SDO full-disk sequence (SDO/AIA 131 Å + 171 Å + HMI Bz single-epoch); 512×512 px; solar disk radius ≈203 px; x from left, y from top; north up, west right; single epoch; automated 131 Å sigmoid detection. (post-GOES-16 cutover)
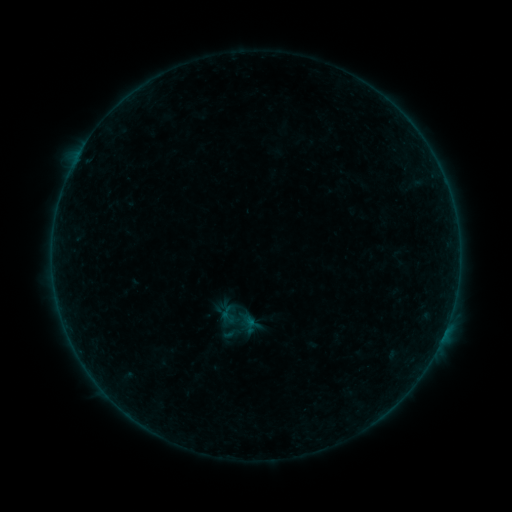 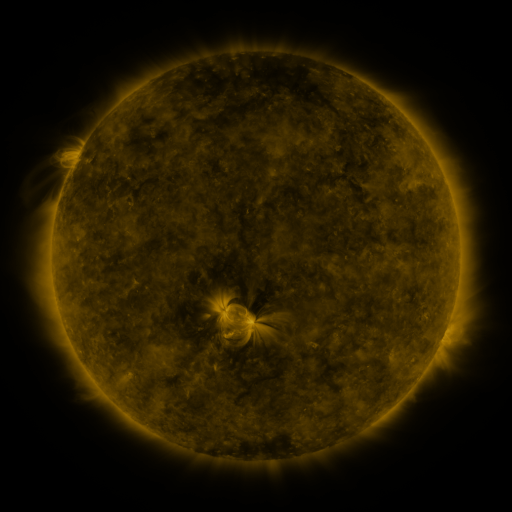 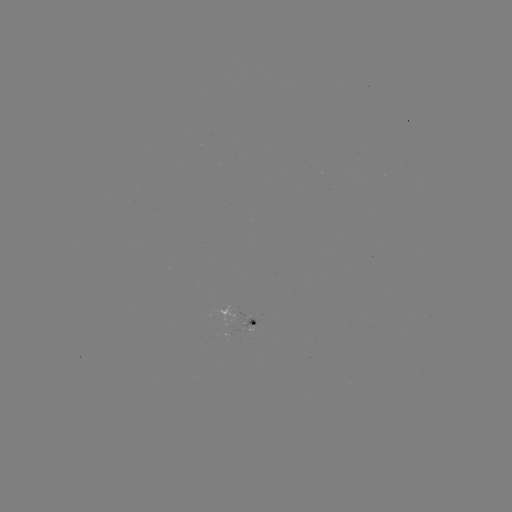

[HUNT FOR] sigmoid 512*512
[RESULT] [239, 322]